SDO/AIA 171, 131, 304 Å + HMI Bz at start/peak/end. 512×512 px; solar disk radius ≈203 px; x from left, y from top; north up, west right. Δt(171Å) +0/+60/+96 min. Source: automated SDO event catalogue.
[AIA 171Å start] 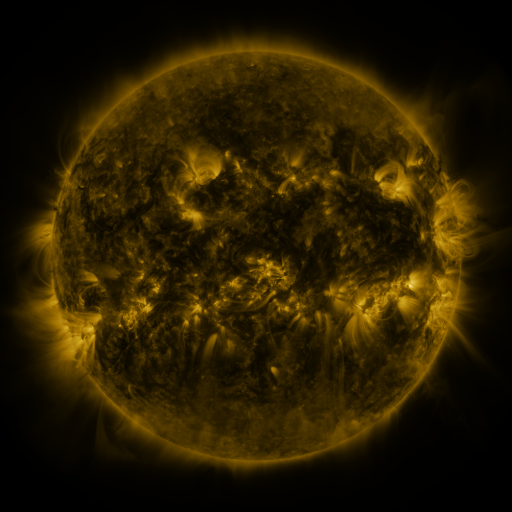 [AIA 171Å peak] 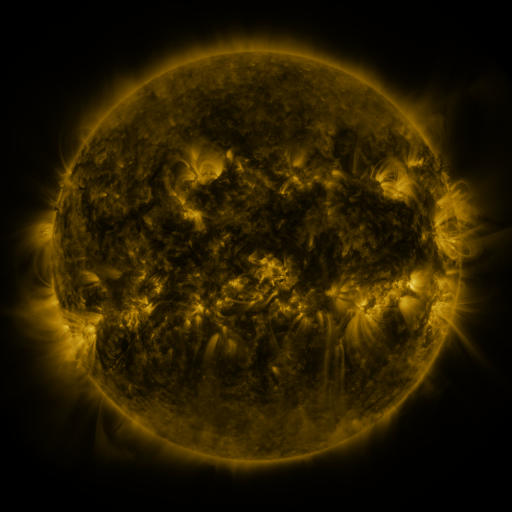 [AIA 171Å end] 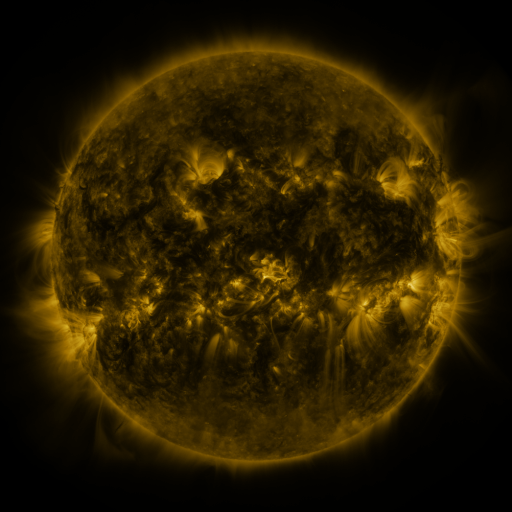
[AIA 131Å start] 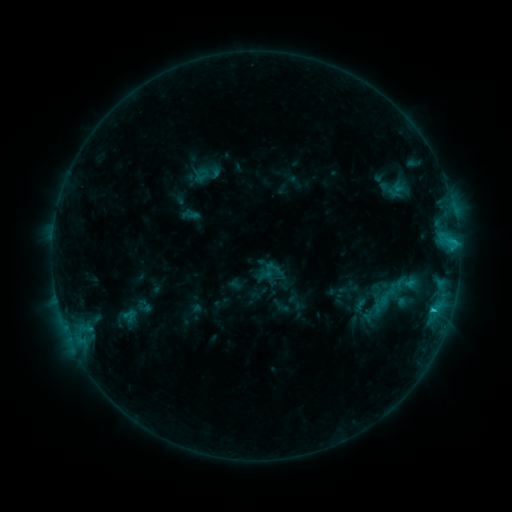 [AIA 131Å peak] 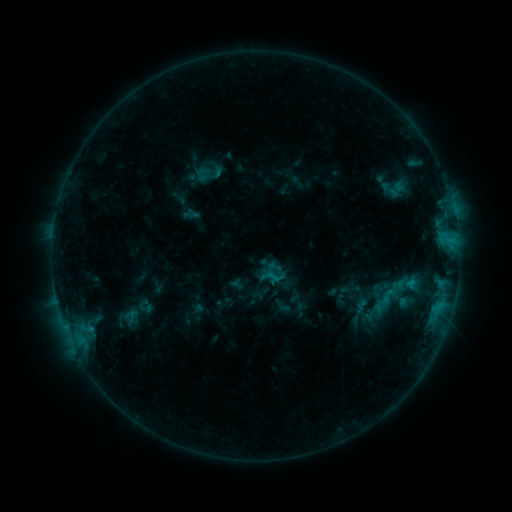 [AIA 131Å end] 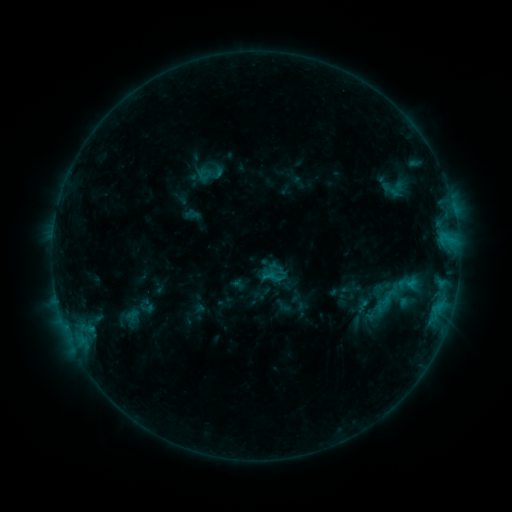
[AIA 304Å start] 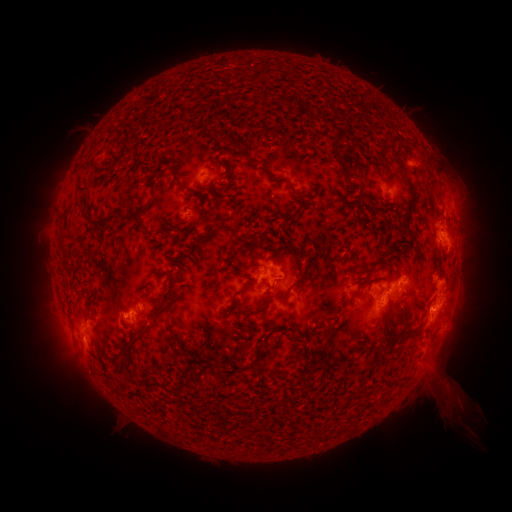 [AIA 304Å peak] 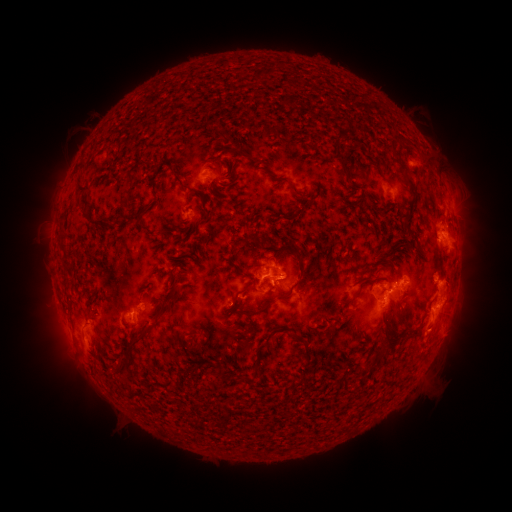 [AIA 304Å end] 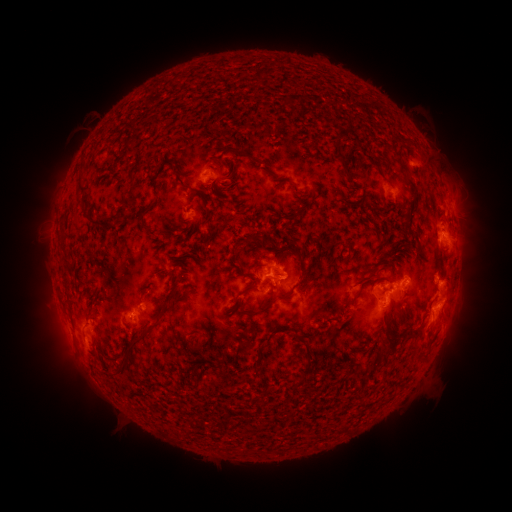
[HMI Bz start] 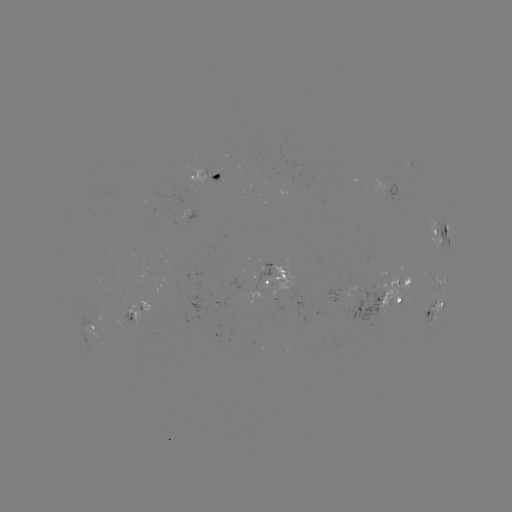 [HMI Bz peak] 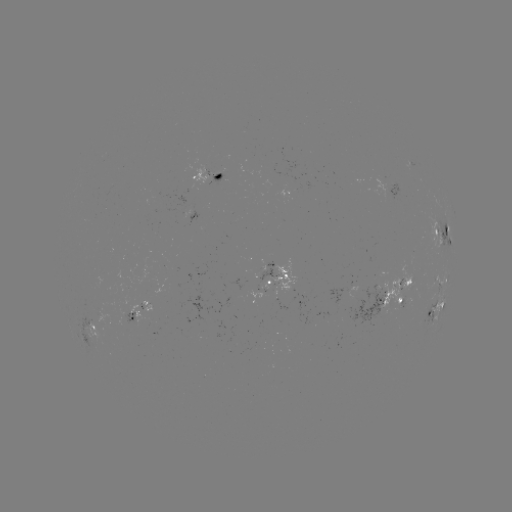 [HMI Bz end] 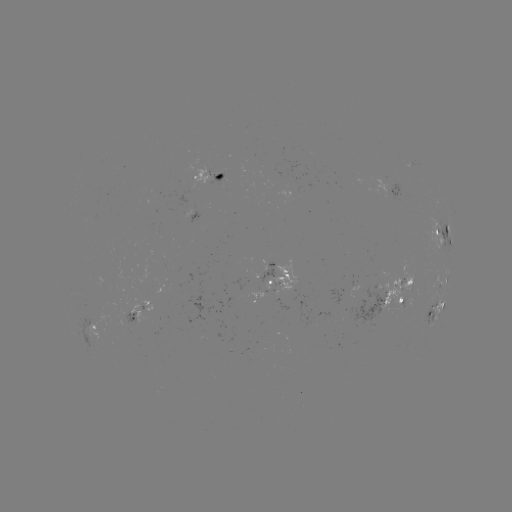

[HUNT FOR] emerging-flux region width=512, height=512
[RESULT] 278,281